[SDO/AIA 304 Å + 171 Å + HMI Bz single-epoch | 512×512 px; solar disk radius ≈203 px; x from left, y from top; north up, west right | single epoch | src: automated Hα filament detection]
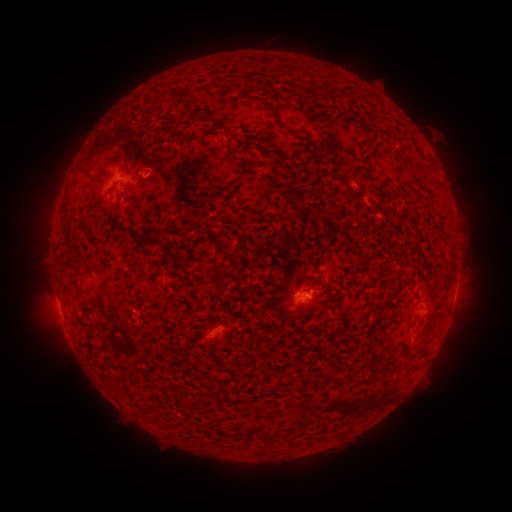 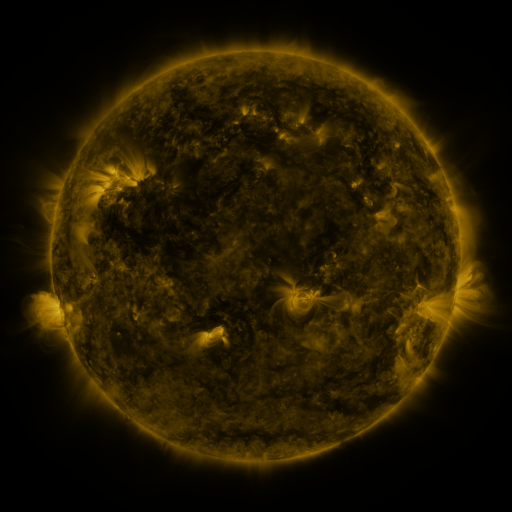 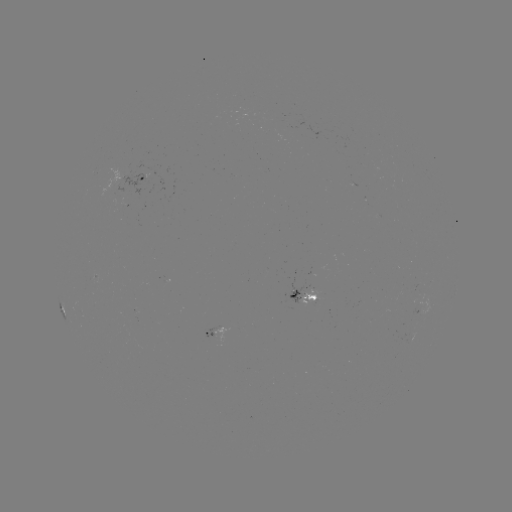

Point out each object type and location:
filament: (192, 113)
filament: (275, 118)
filament: (120, 162)
filament: (82, 174)
filament: (66, 209)
filament: (87, 291)
filament: (110, 372)
filament: (357, 378)
